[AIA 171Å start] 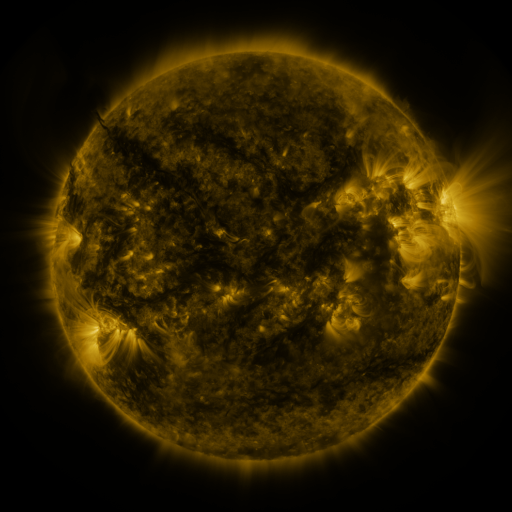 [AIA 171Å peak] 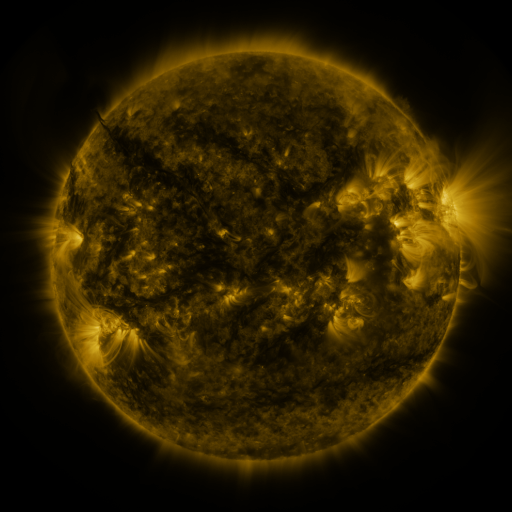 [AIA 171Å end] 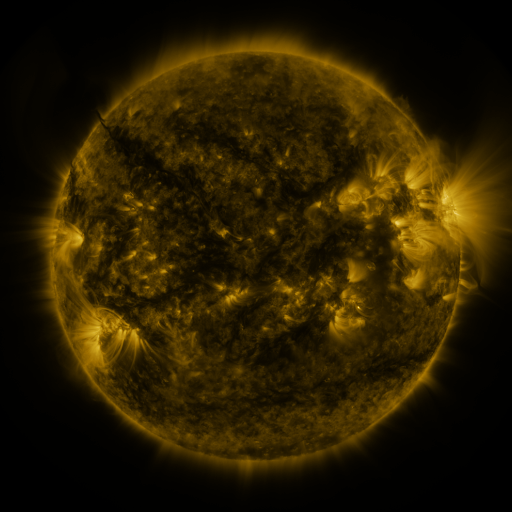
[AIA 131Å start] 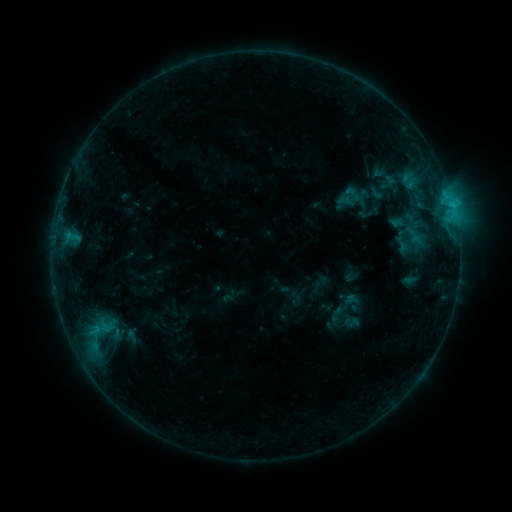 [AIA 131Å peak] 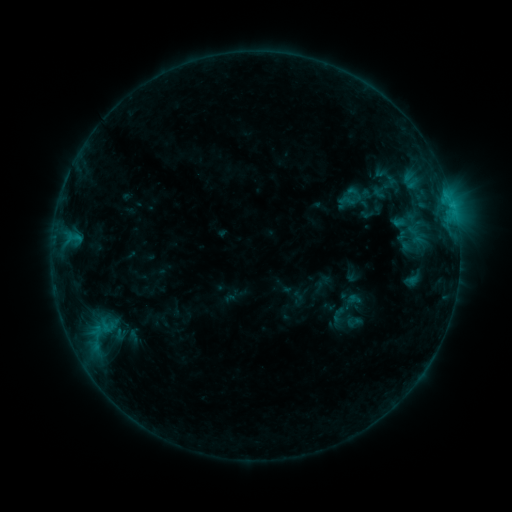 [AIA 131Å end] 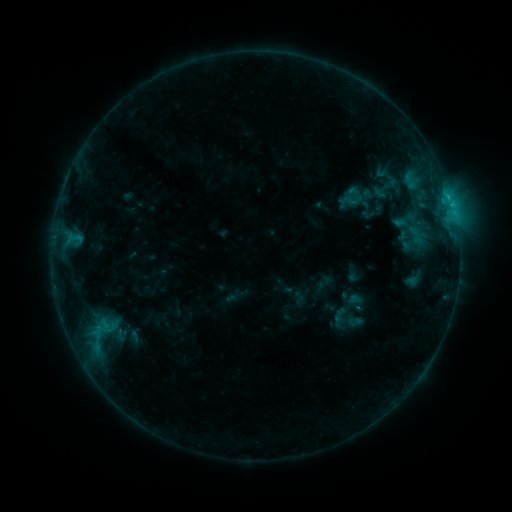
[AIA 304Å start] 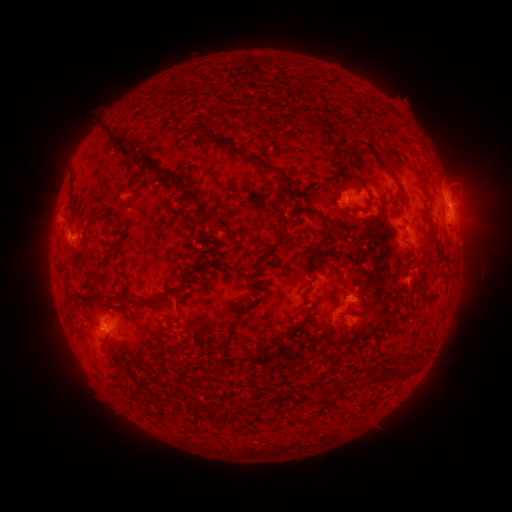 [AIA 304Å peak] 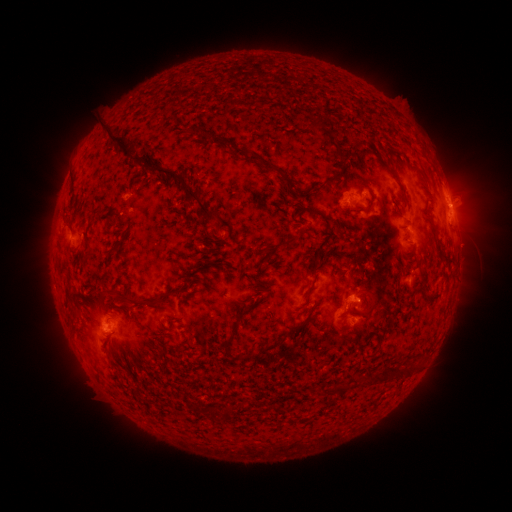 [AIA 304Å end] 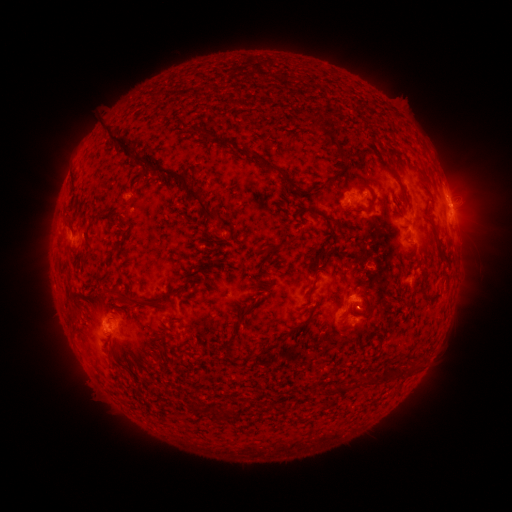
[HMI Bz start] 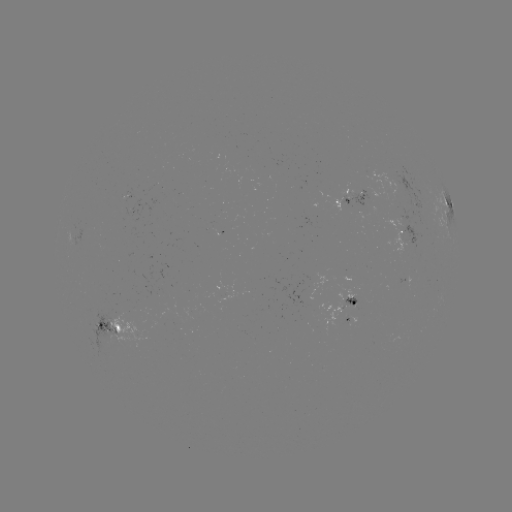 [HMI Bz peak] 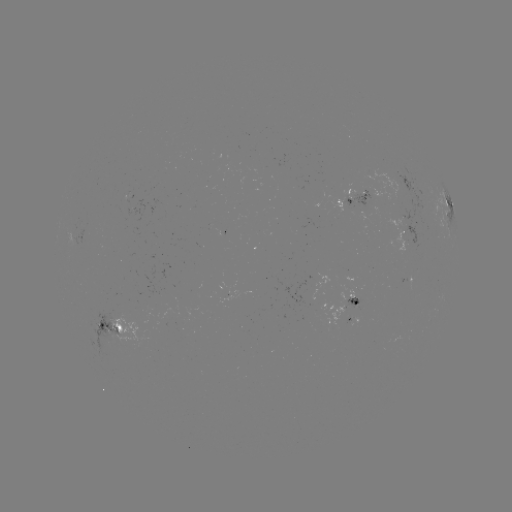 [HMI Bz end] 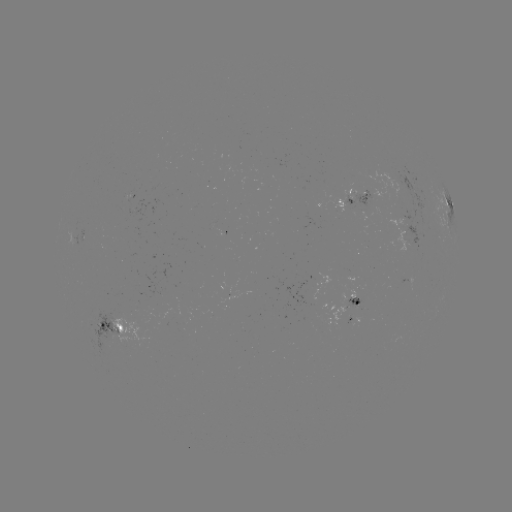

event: emerging-flux region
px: (345, 200)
